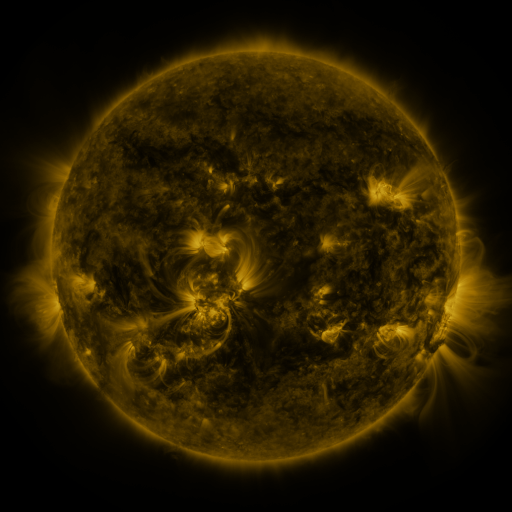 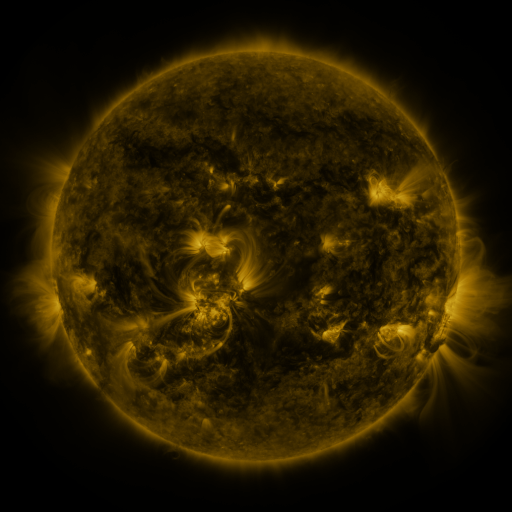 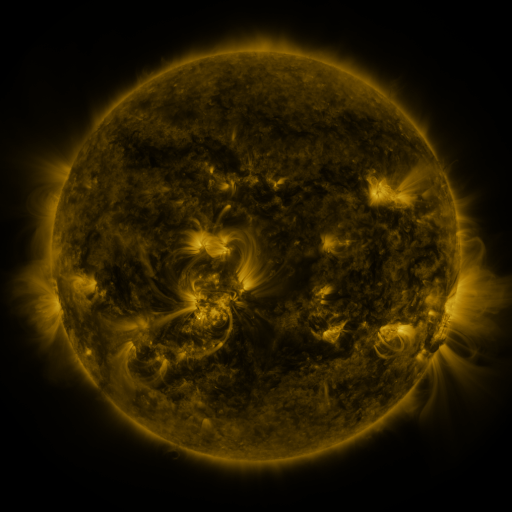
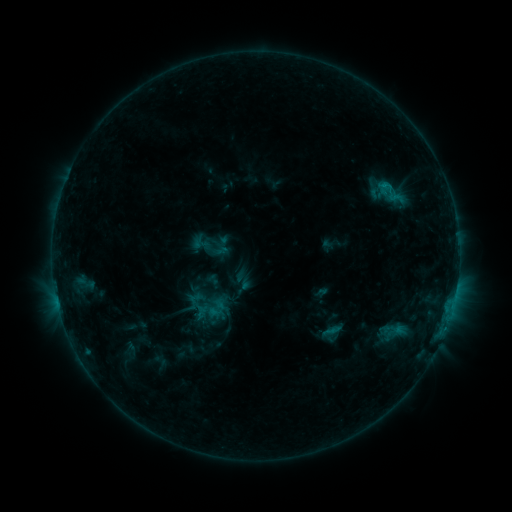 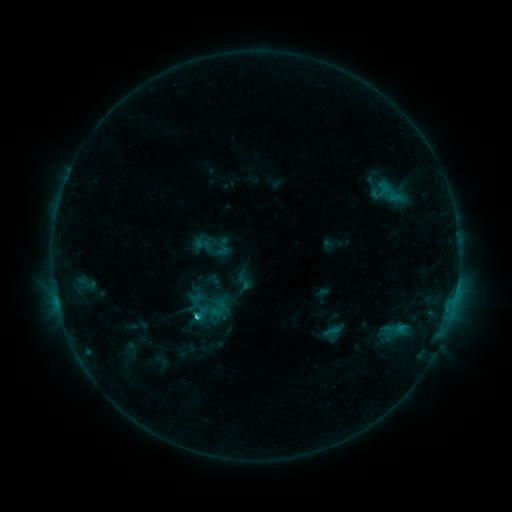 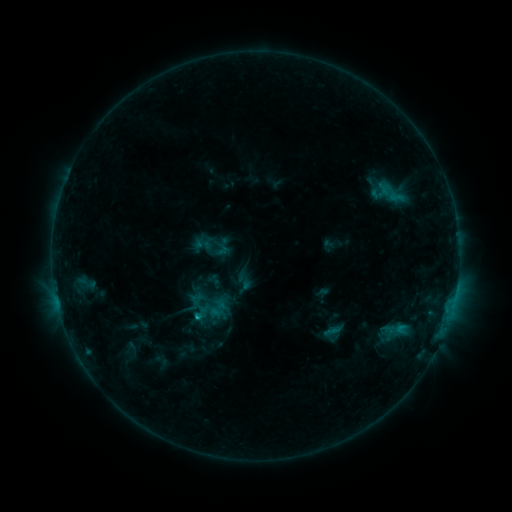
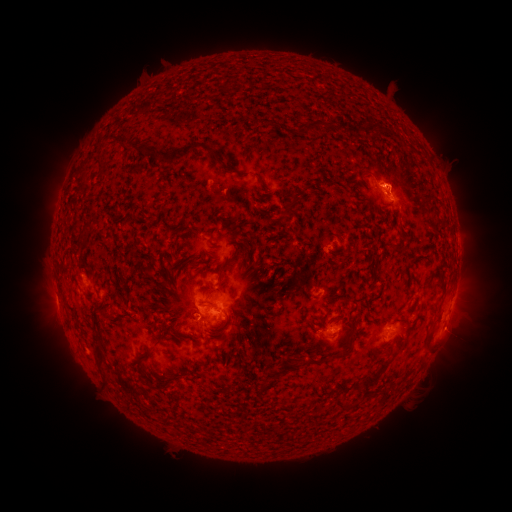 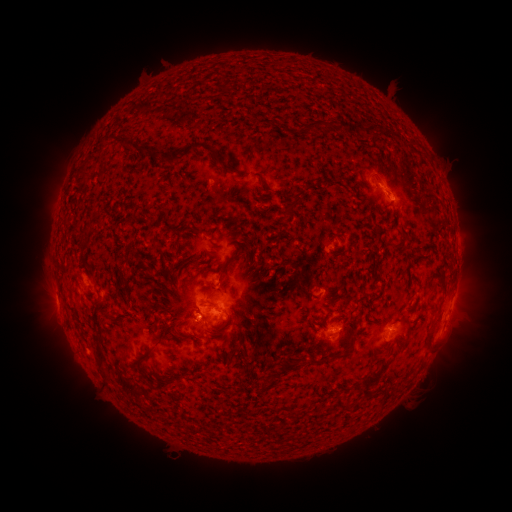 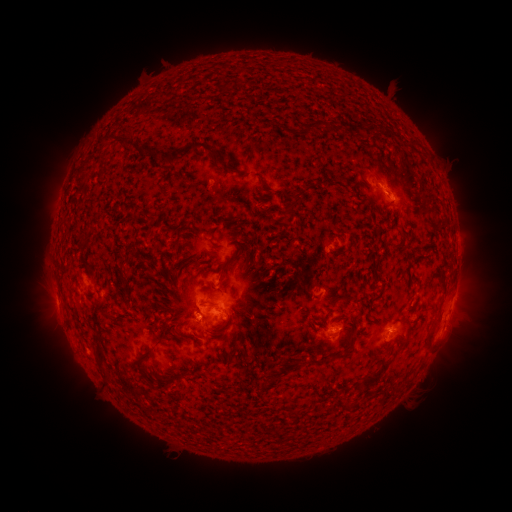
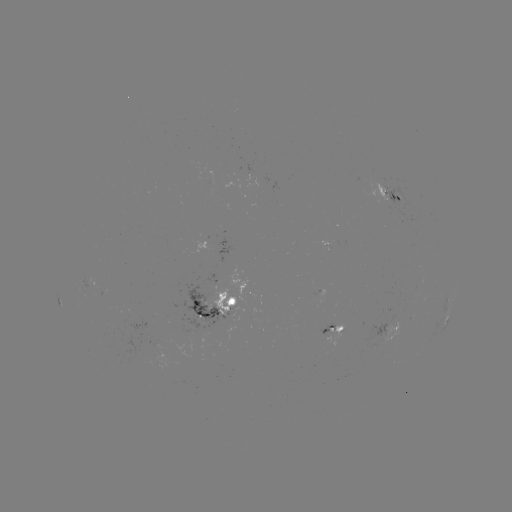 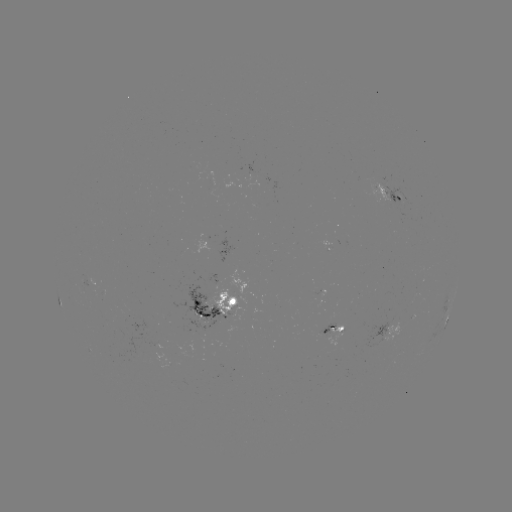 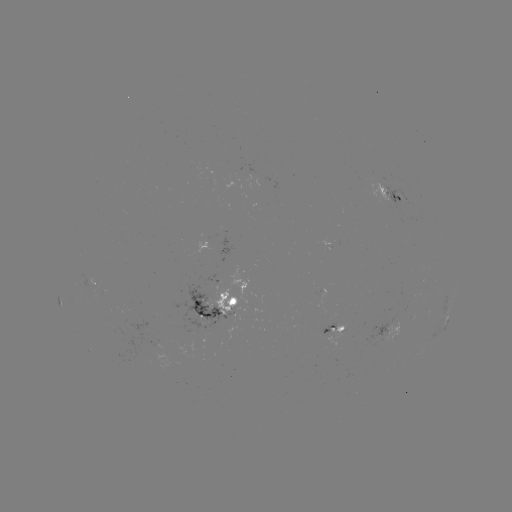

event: flare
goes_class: C1.3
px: (198, 317)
